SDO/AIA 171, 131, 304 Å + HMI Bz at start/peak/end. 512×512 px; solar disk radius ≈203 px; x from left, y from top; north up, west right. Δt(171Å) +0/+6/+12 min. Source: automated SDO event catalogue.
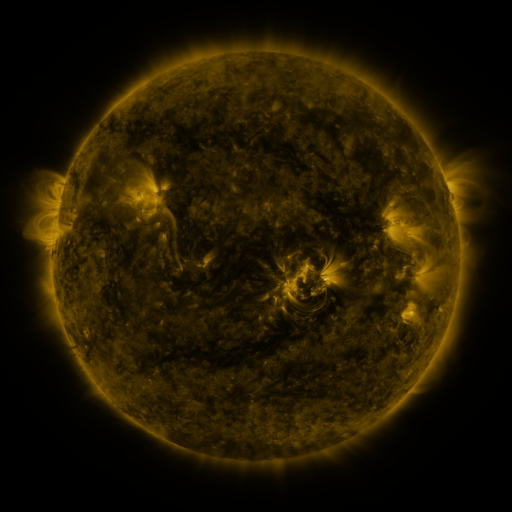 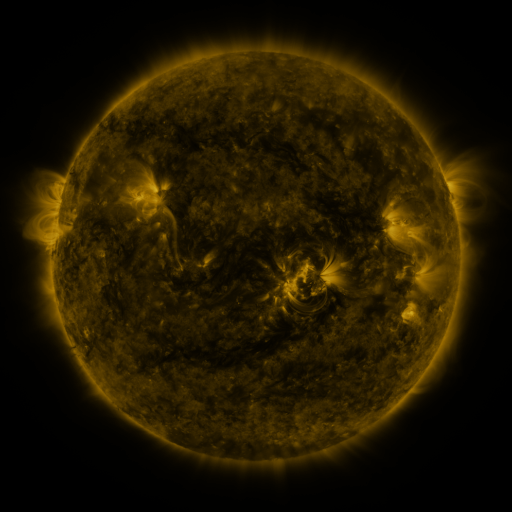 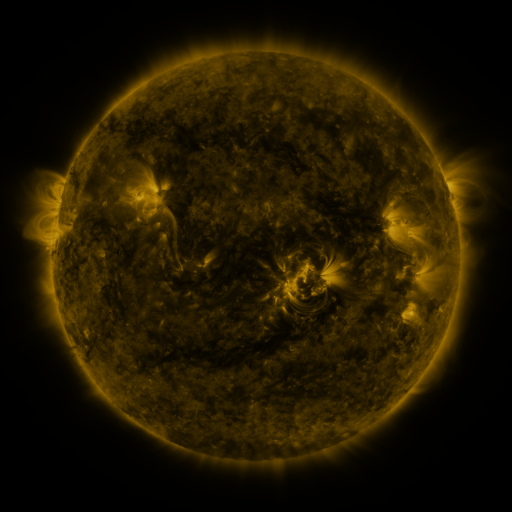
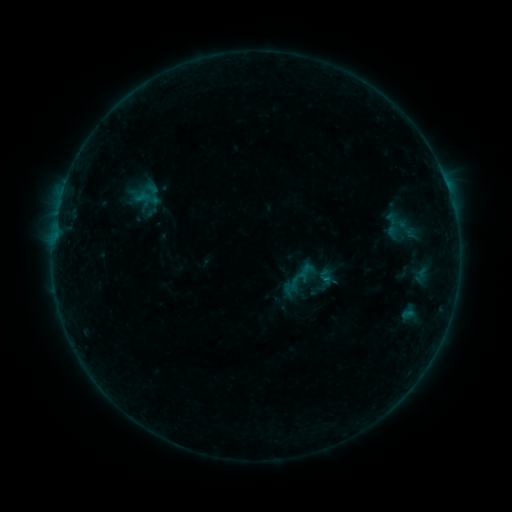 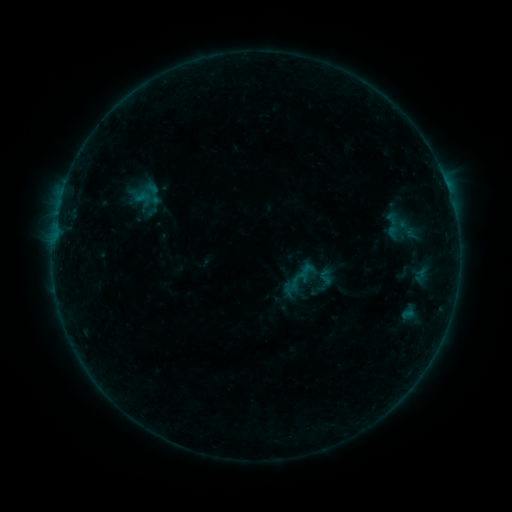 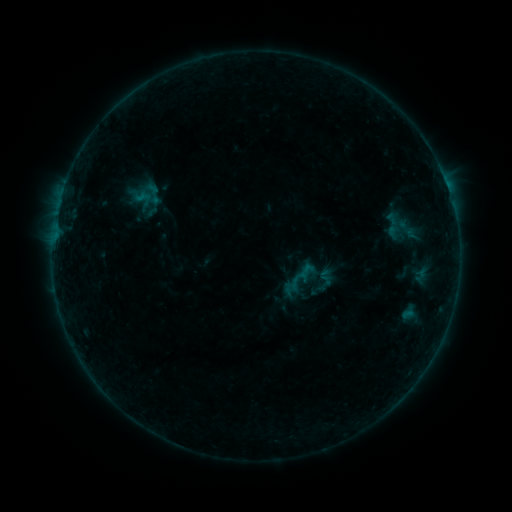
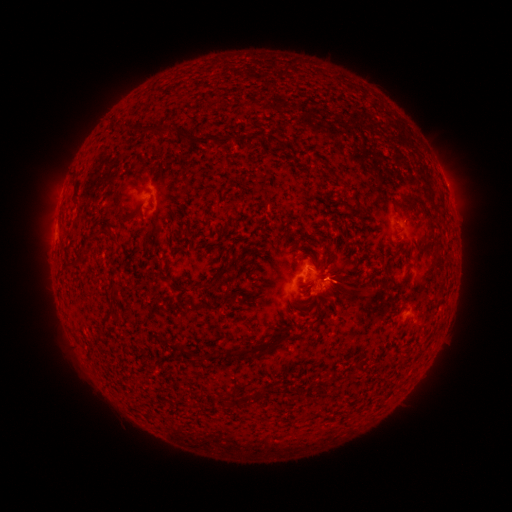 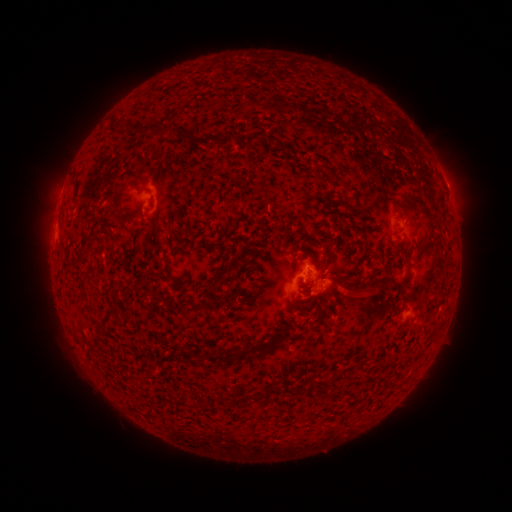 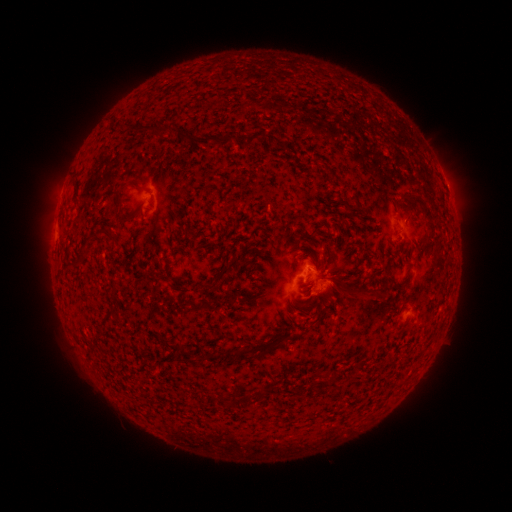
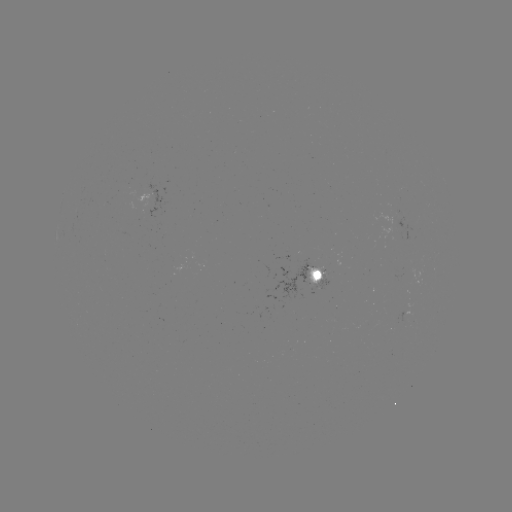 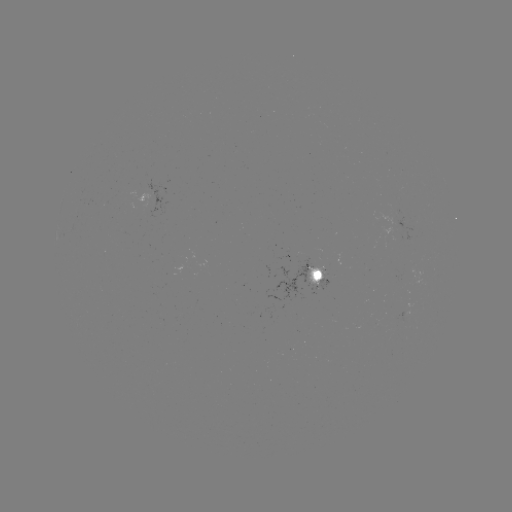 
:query eruption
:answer [351, 289]